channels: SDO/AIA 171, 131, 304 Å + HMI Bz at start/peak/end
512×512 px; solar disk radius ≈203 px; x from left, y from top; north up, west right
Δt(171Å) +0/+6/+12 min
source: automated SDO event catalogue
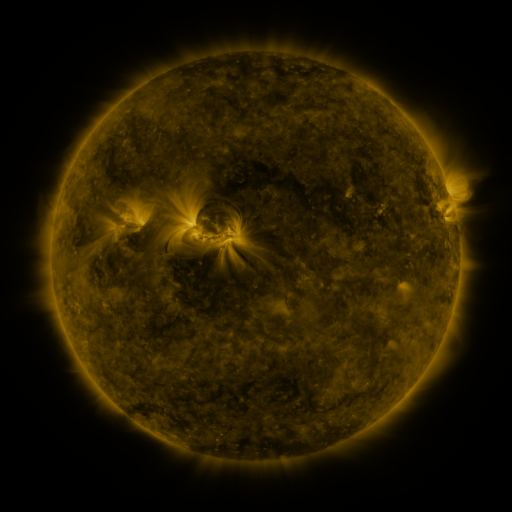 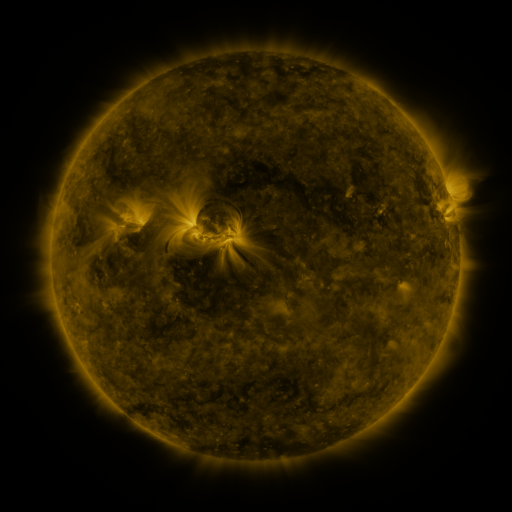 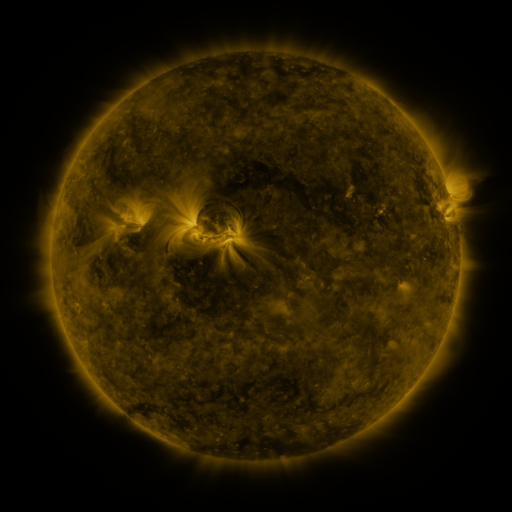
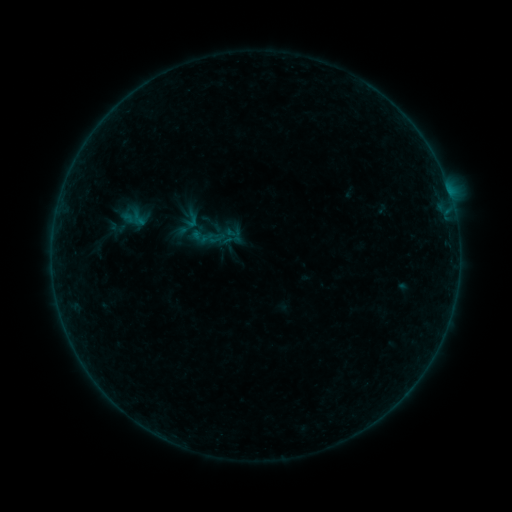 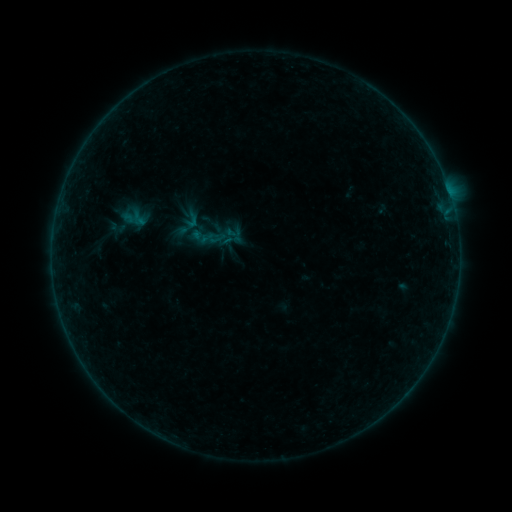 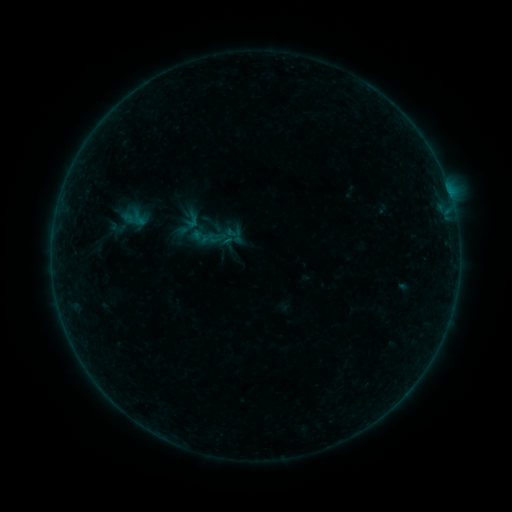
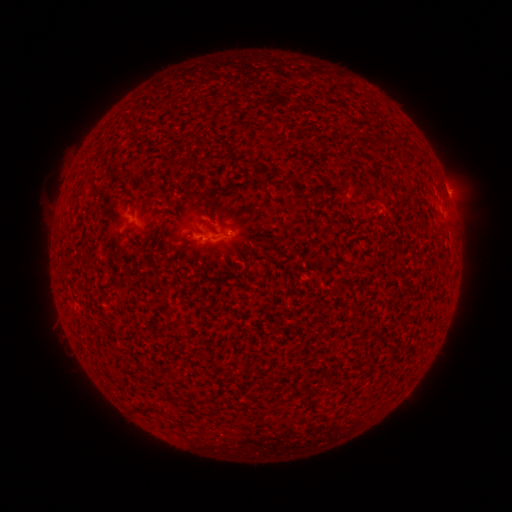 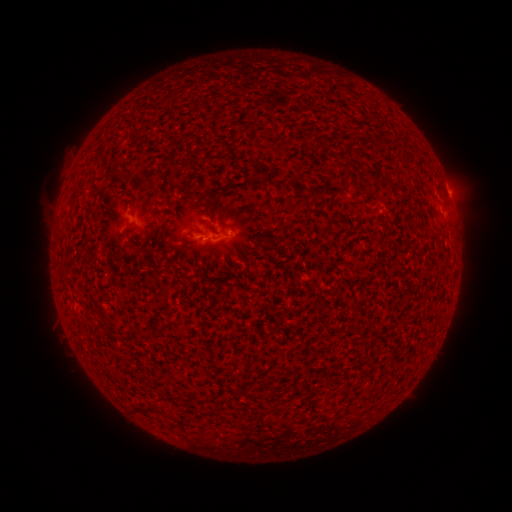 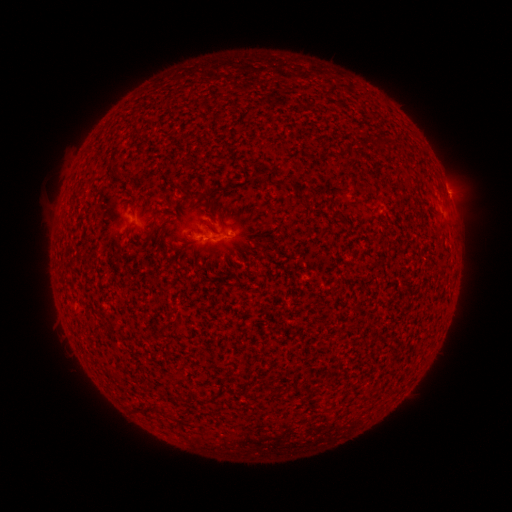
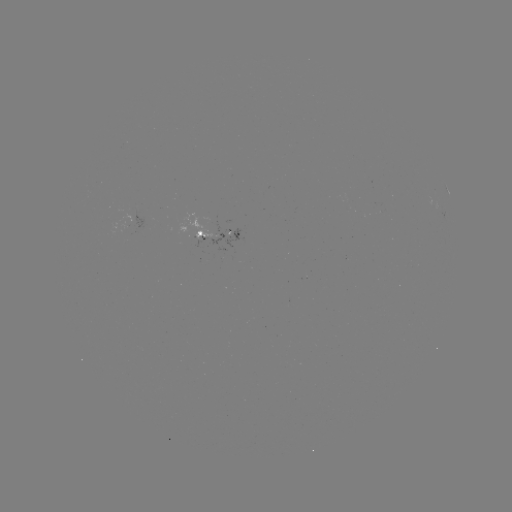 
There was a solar flare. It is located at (449, 193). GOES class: B1.0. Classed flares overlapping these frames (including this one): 1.